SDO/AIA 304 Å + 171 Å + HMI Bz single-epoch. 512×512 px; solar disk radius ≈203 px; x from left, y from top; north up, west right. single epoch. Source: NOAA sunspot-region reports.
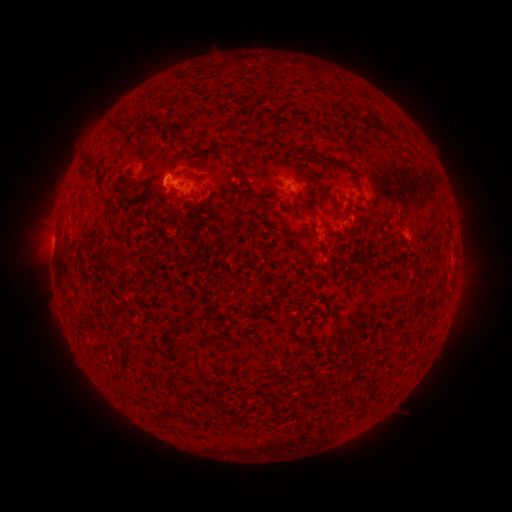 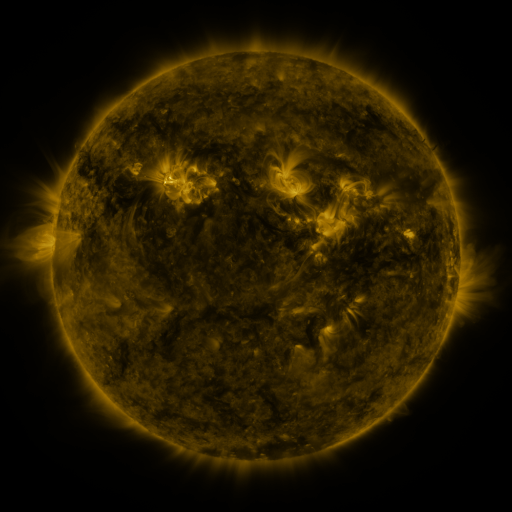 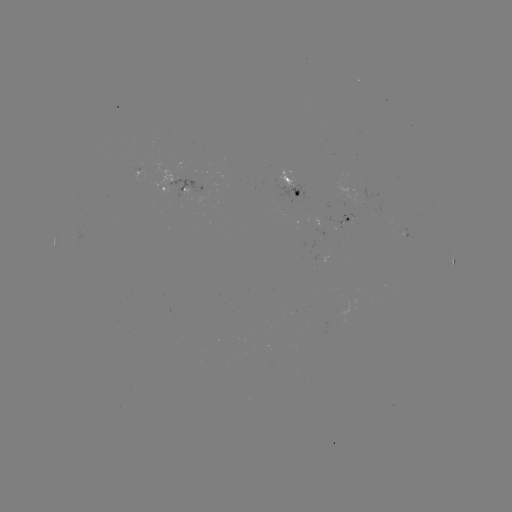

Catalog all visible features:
spotted active region: (138, 172)
spotted active region: (293, 186)
spotted active region: (182, 187)
spotted active region: (348, 221)
spotted active region: (454, 263)
